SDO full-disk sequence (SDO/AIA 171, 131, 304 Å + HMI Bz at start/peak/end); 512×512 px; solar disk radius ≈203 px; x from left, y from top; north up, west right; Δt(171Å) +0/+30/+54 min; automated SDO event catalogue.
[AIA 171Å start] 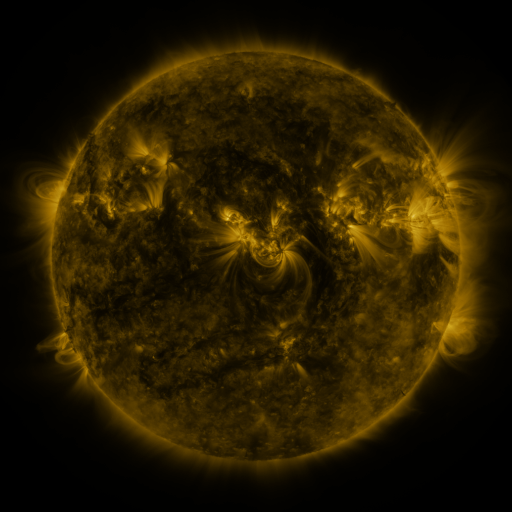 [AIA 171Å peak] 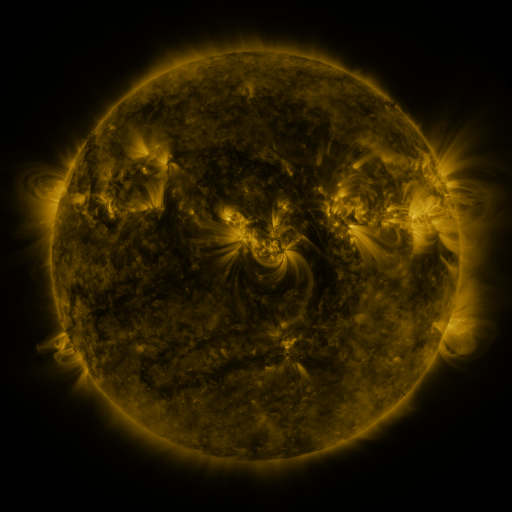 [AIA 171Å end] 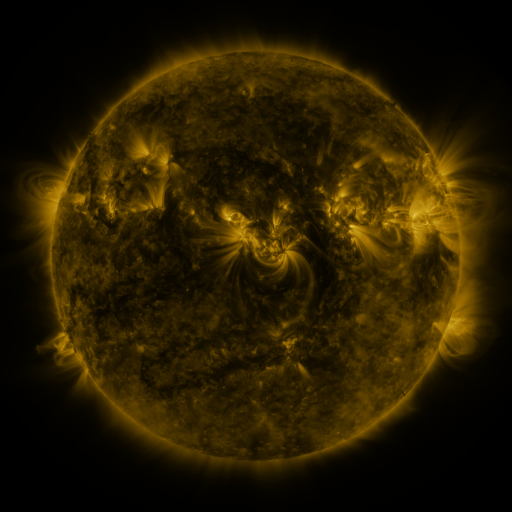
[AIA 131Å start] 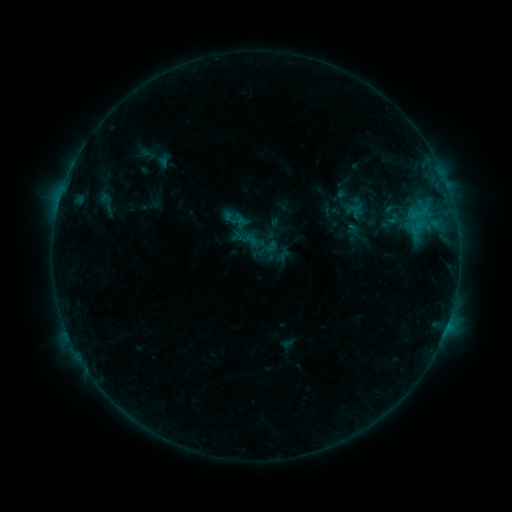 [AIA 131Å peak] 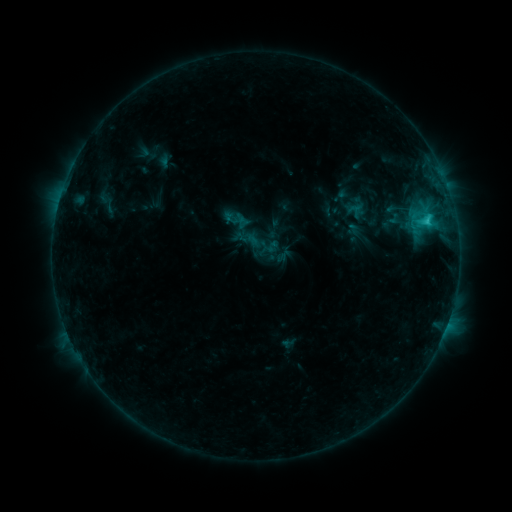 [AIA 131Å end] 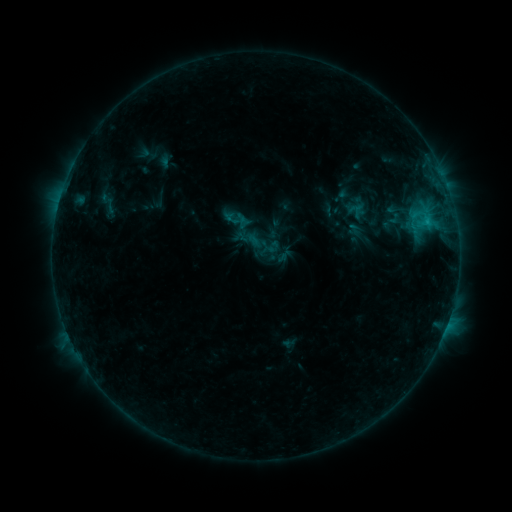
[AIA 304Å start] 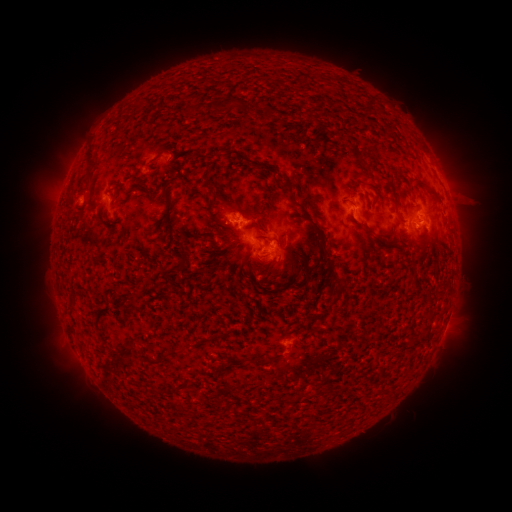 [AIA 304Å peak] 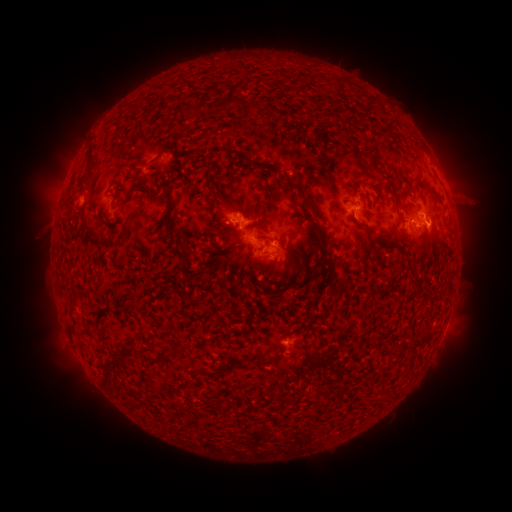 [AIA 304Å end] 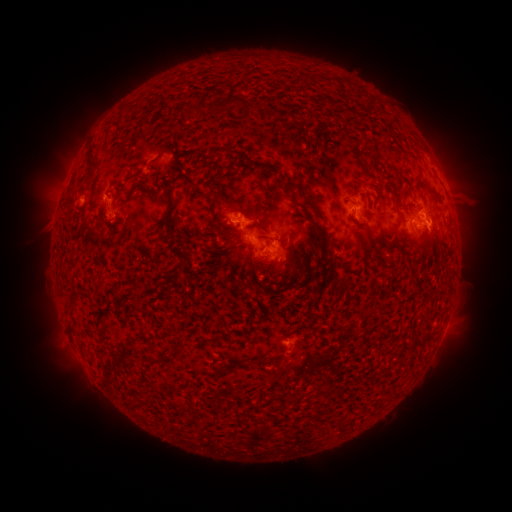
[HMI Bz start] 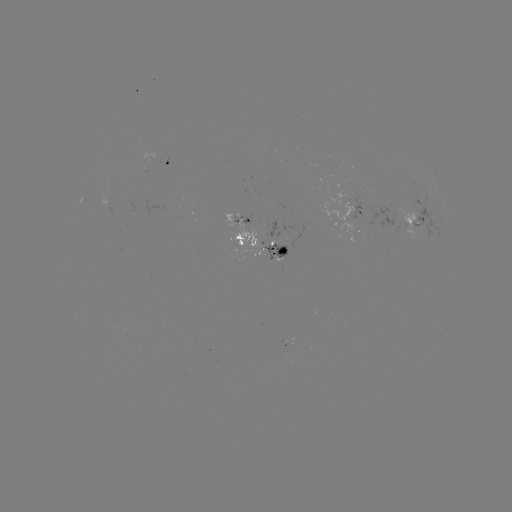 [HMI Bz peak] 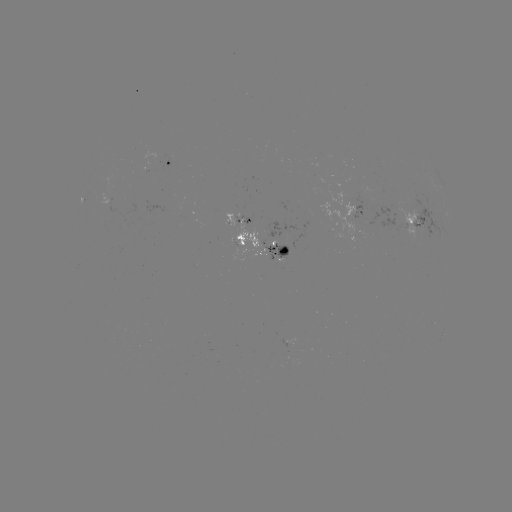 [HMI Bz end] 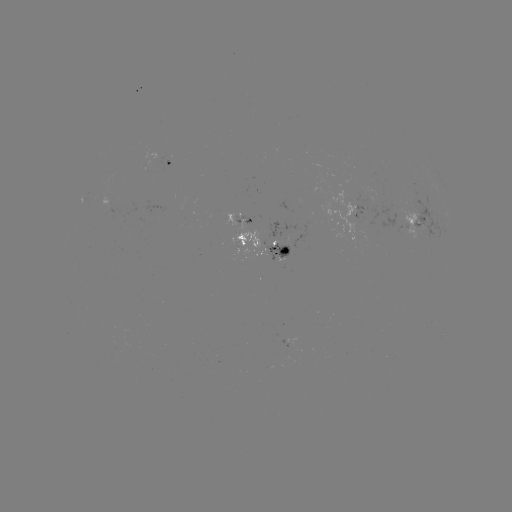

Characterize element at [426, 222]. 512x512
C1.7 flare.